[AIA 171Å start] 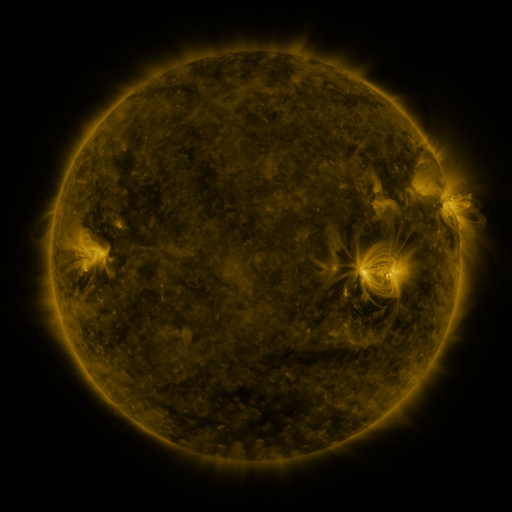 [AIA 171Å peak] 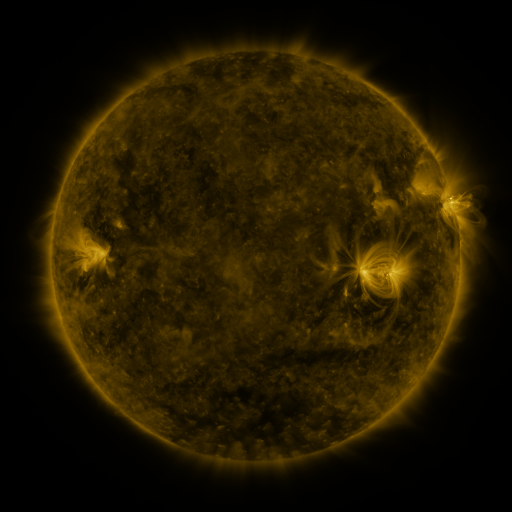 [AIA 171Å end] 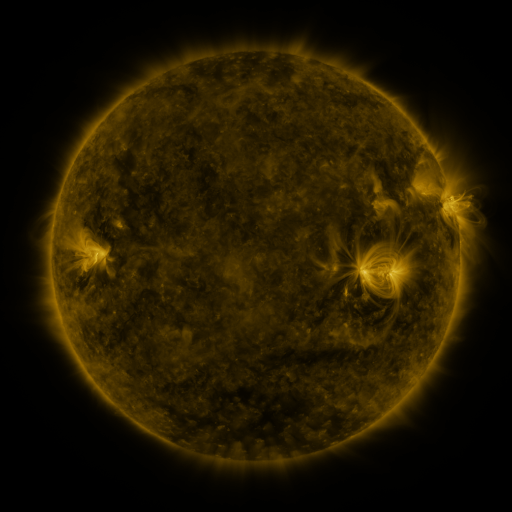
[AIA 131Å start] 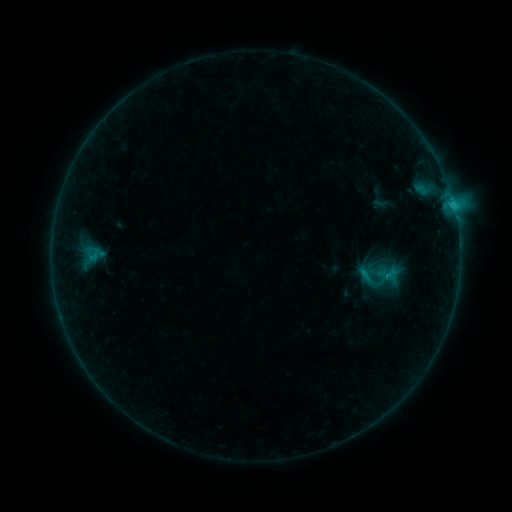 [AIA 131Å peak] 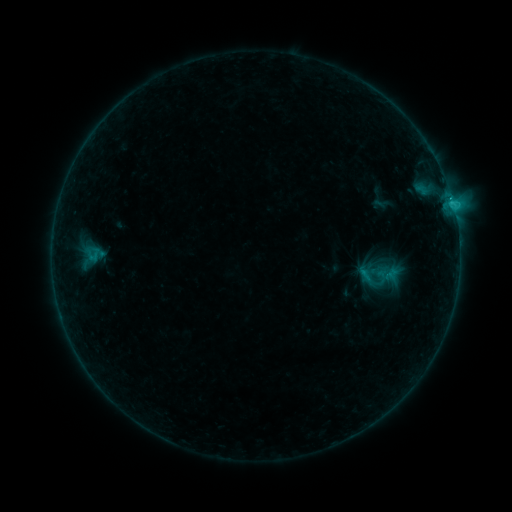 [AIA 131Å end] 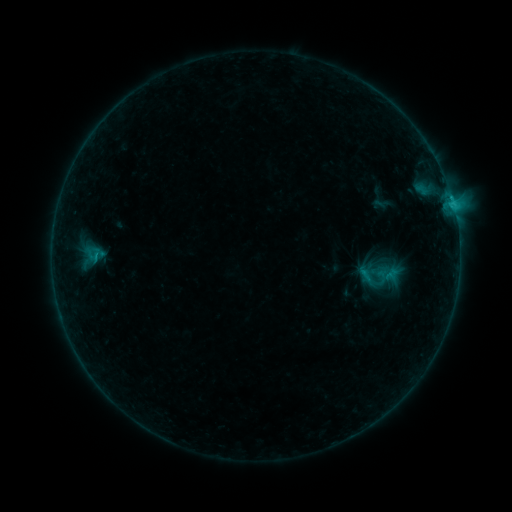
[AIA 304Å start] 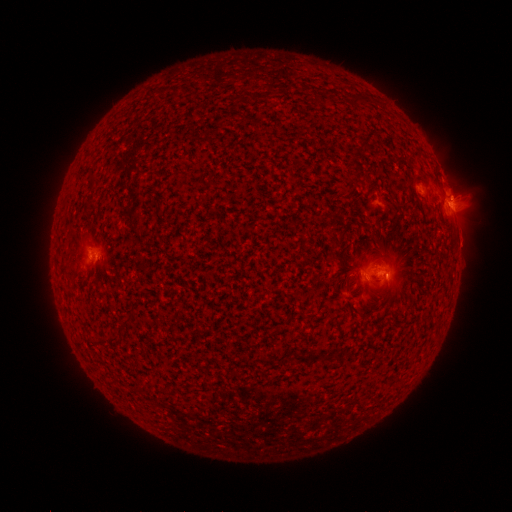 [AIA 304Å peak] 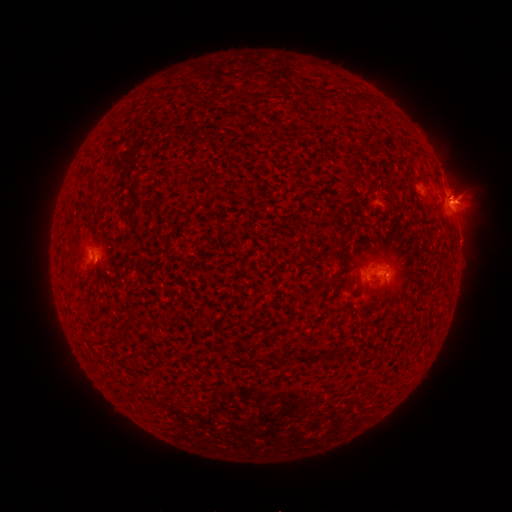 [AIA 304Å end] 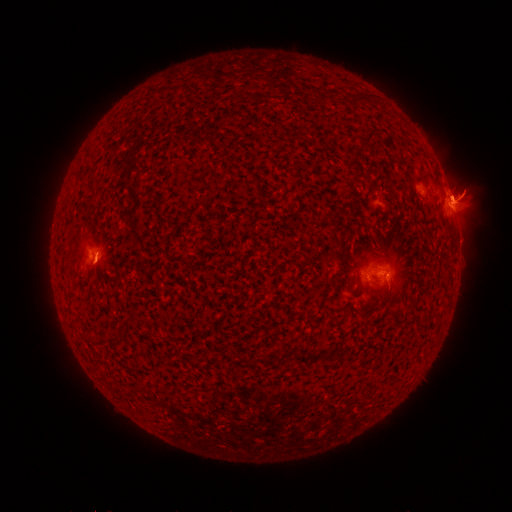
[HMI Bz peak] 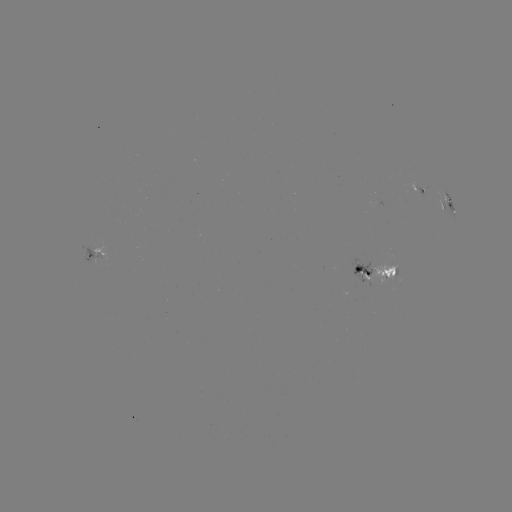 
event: flare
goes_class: C1.6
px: (450, 203)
